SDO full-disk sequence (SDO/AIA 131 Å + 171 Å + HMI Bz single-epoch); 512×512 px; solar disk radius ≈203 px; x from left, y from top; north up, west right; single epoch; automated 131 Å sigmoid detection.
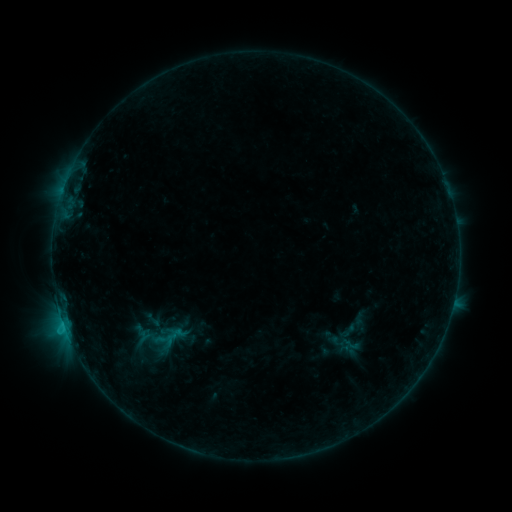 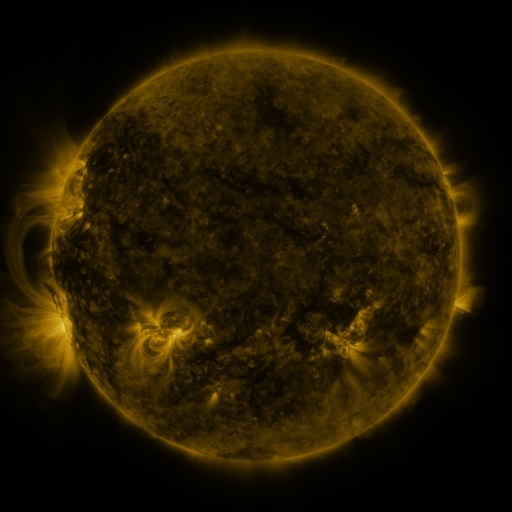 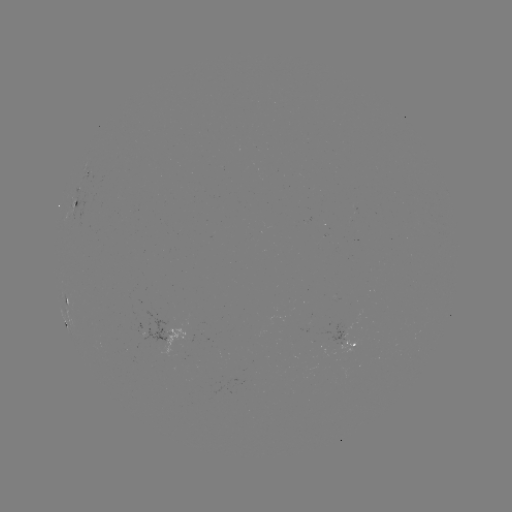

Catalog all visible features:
sigmoid: (349, 344)
